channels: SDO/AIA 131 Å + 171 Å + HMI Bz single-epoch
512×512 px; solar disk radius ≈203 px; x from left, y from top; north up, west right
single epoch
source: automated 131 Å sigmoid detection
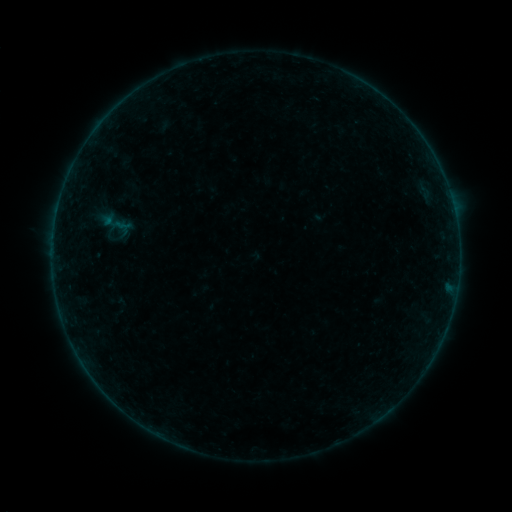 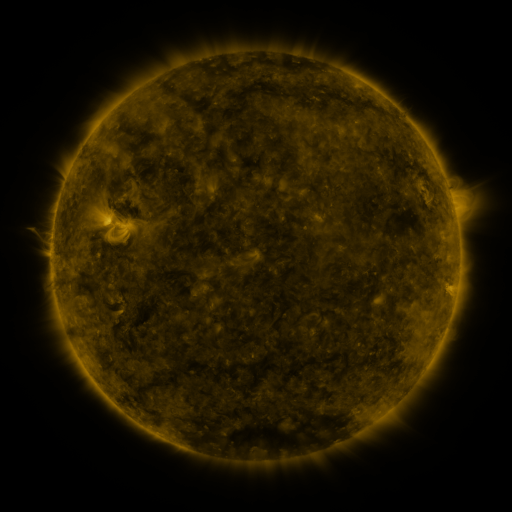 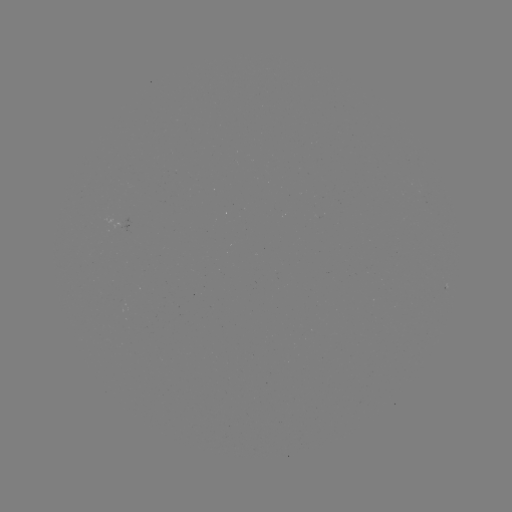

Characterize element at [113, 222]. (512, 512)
sigmoid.